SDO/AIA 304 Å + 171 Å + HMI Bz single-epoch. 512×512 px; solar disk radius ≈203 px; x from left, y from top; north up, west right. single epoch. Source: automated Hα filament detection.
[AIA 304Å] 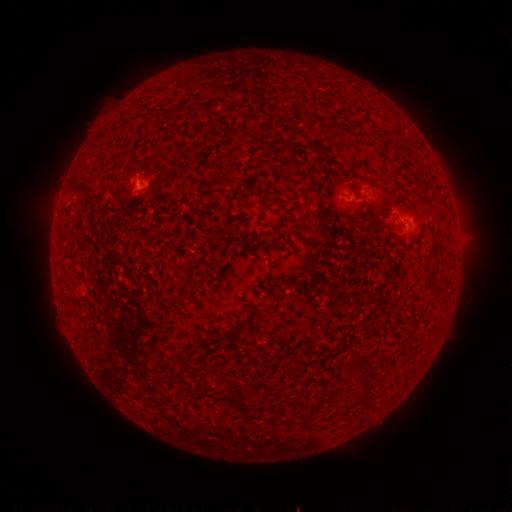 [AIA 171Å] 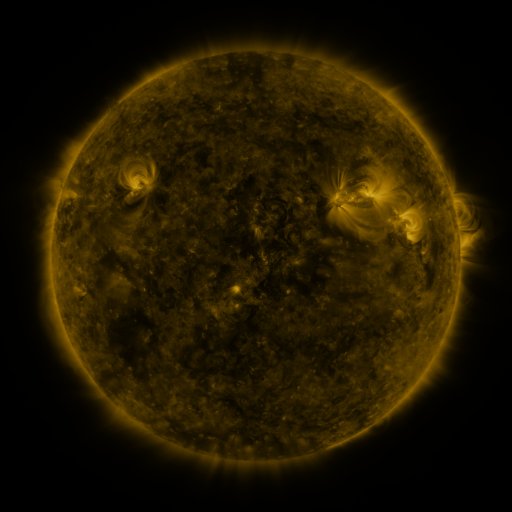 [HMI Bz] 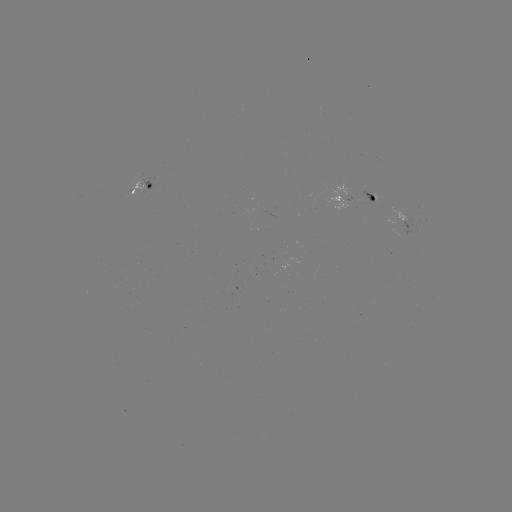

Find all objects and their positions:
filament: (226, 179)
filament: (181, 294)
filament: (229, 331)
filament: (364, 393)
filament: (240, 400)
